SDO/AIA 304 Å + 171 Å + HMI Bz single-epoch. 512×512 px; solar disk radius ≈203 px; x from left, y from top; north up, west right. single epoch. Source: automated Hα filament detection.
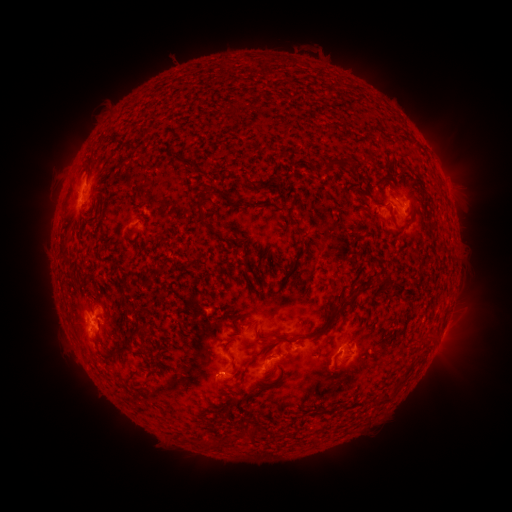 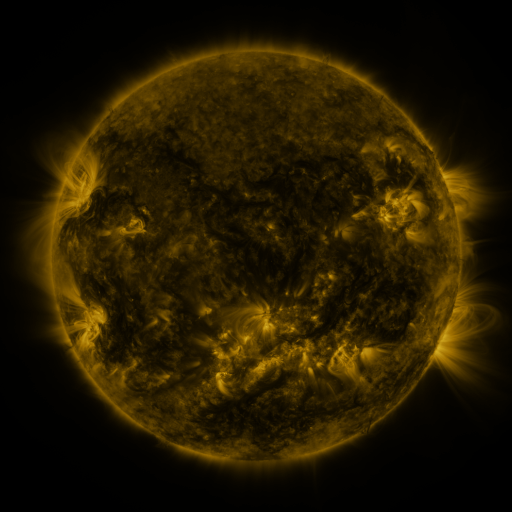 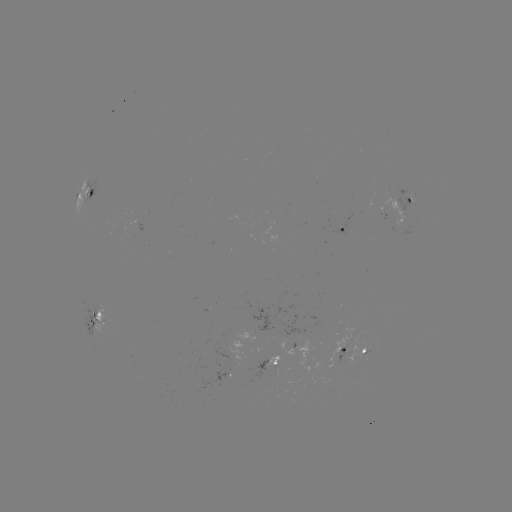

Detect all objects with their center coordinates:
filament: (351, 163)
filament: (329, 164)
filament: (306, 171)
filament: (199, 209)
filament: (432, 224)
filament: (400, 228)
filament: (390, 278)
filament: (320, 331)
filament: (422, 338)
filament: (120, 351)
filament: (254, 360)
filament: (149, 377)
filament: (389, 395)
filament: (246, 431)
filament: (231, 438)
